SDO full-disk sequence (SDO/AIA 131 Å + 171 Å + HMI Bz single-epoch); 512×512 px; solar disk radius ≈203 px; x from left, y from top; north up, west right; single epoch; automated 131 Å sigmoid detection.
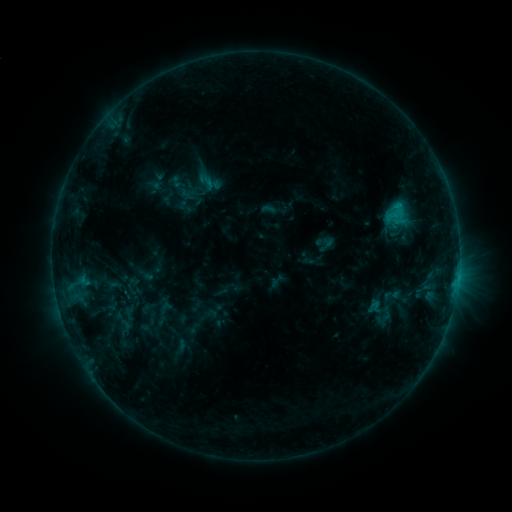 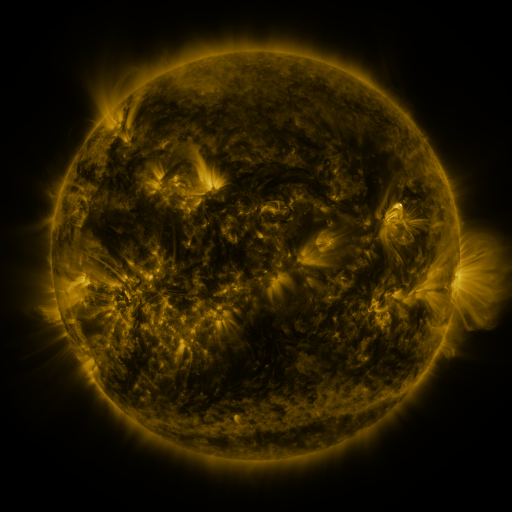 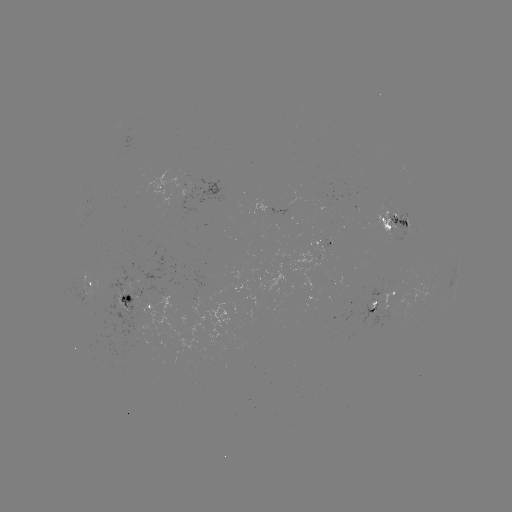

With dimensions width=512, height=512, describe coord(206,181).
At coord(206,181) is sigmoid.